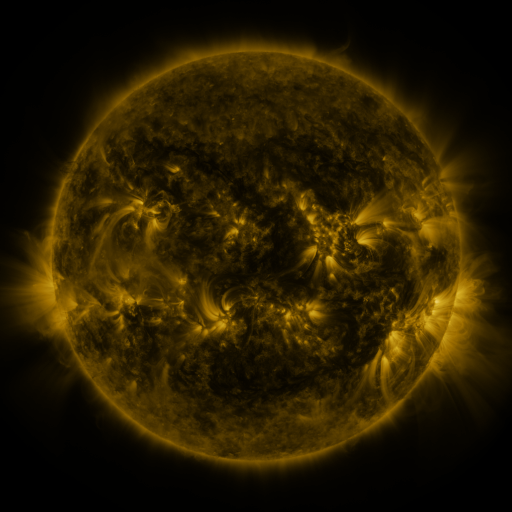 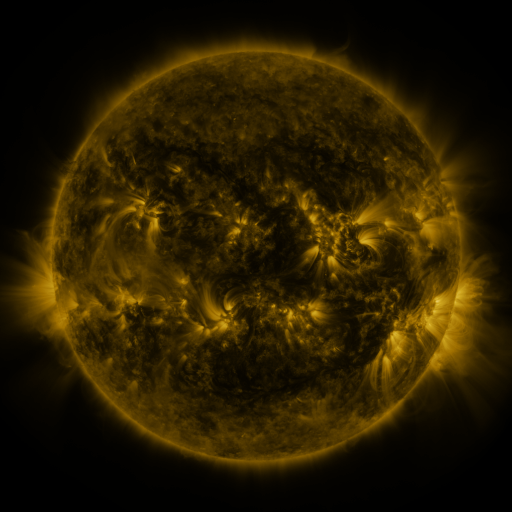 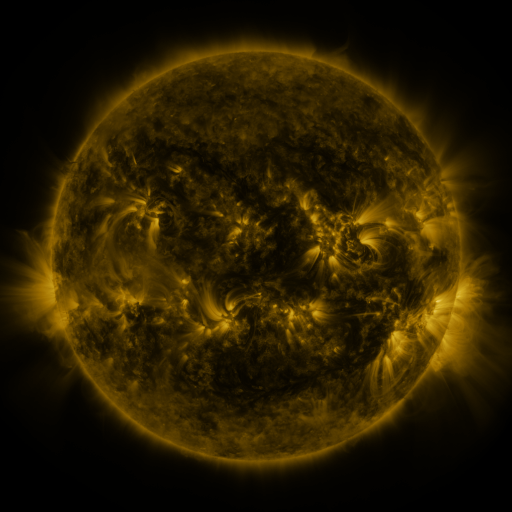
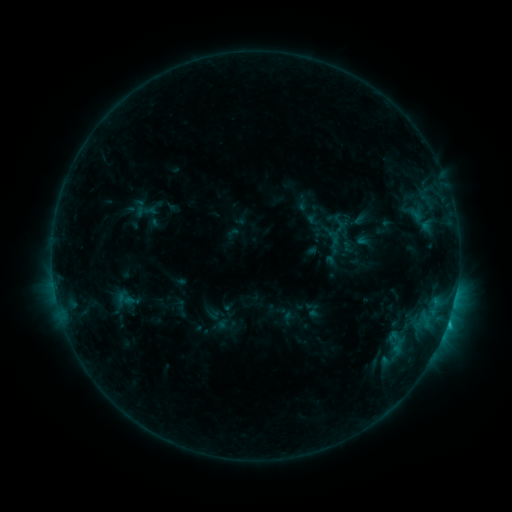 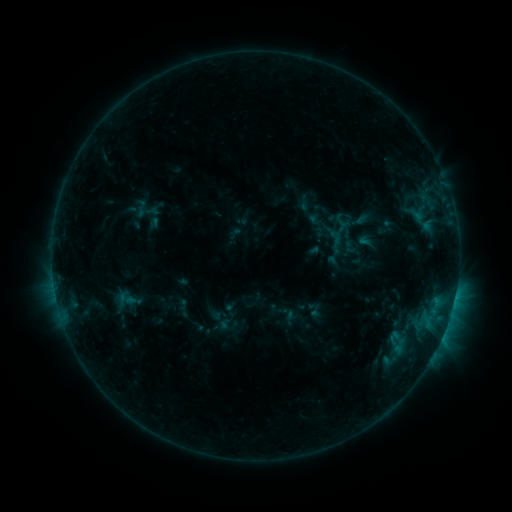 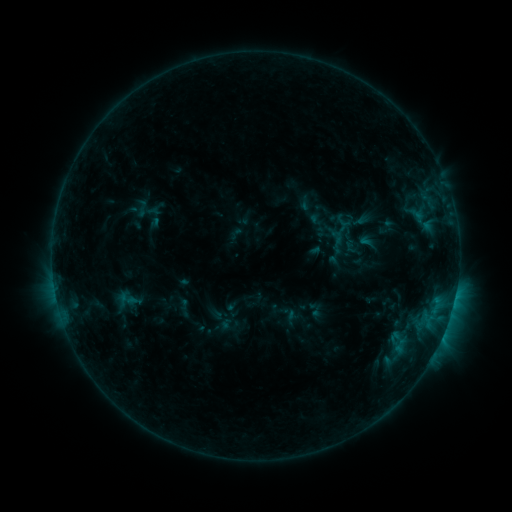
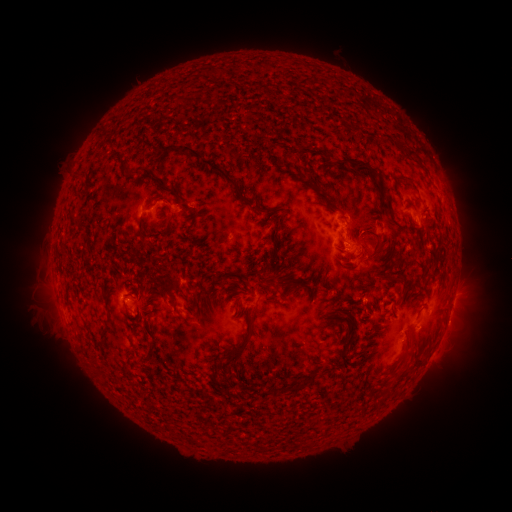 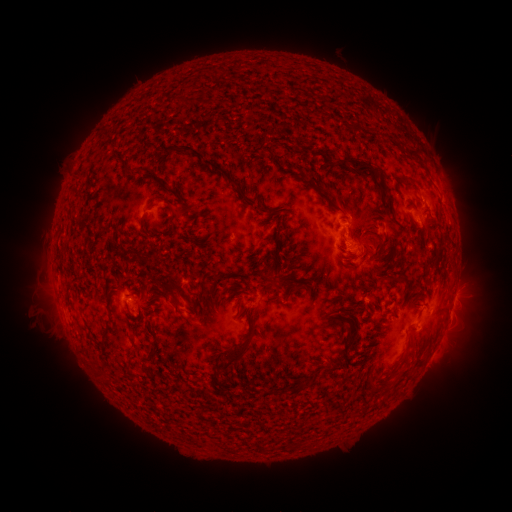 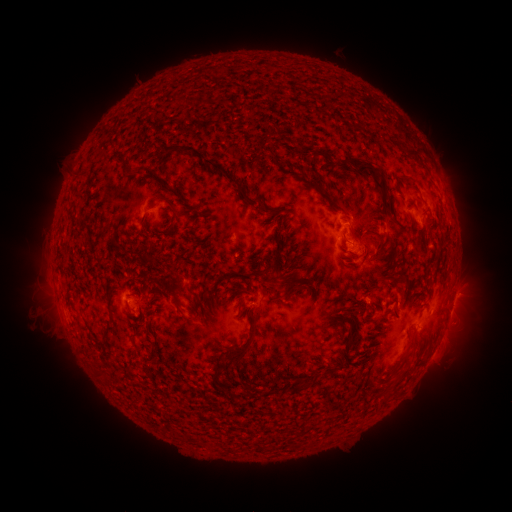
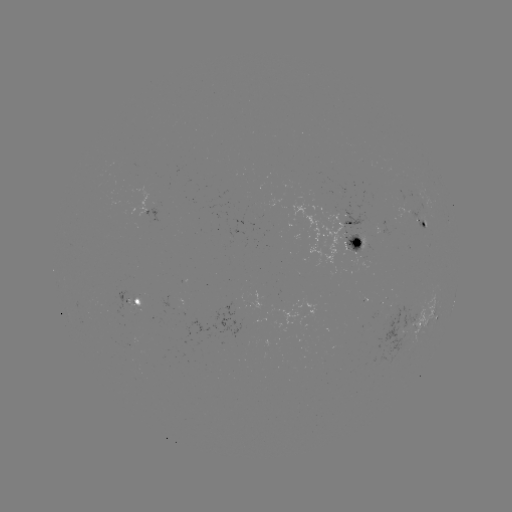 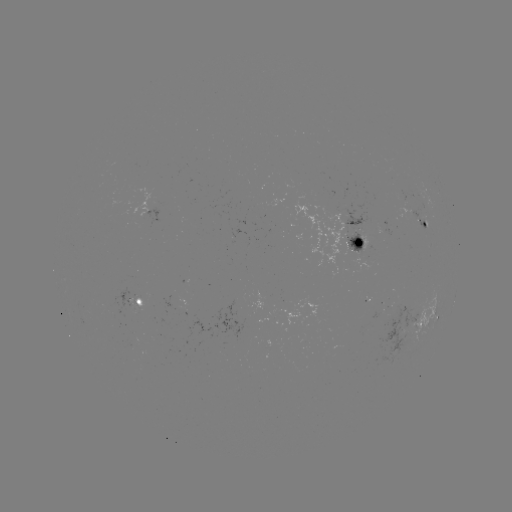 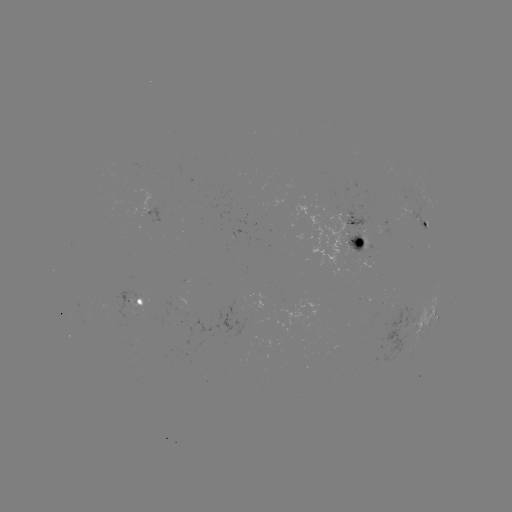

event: emerging-flux region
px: (400, 194)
